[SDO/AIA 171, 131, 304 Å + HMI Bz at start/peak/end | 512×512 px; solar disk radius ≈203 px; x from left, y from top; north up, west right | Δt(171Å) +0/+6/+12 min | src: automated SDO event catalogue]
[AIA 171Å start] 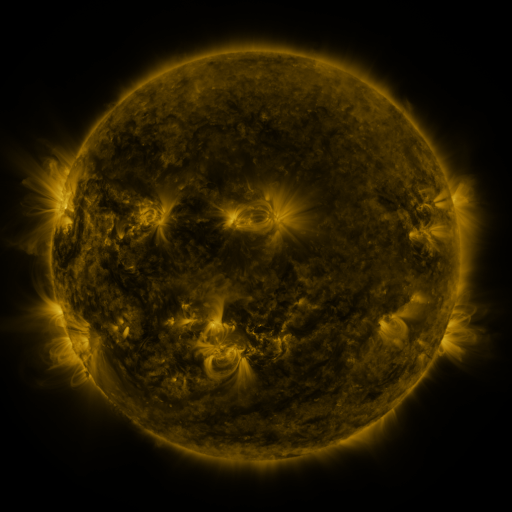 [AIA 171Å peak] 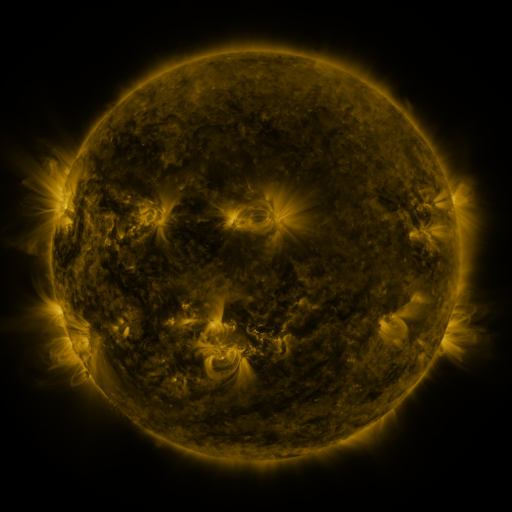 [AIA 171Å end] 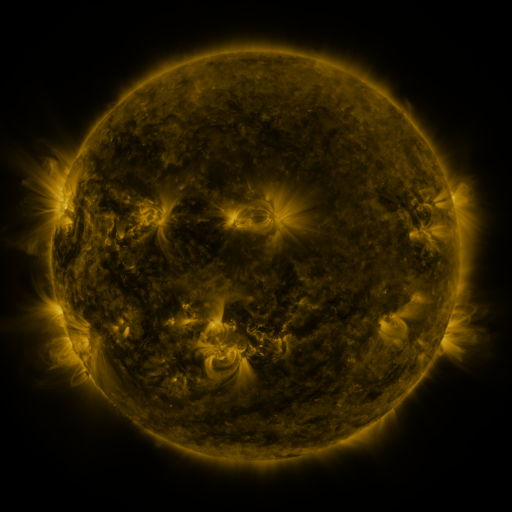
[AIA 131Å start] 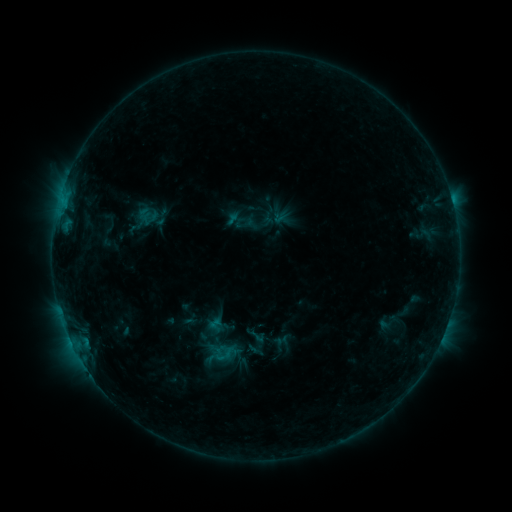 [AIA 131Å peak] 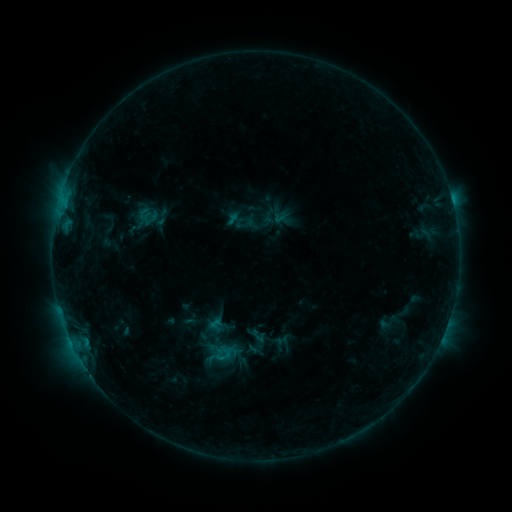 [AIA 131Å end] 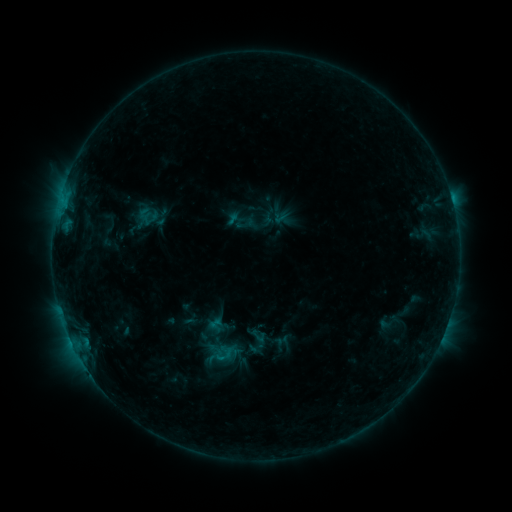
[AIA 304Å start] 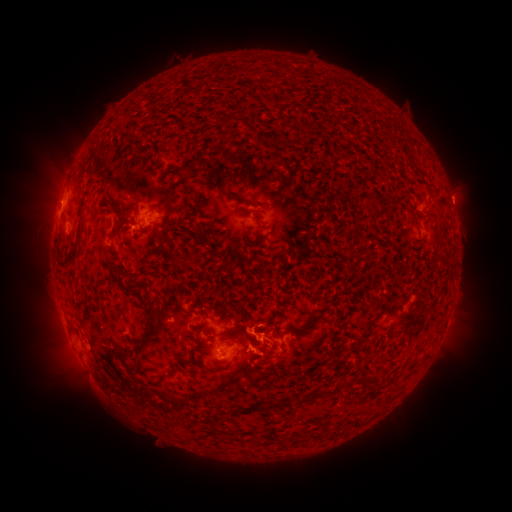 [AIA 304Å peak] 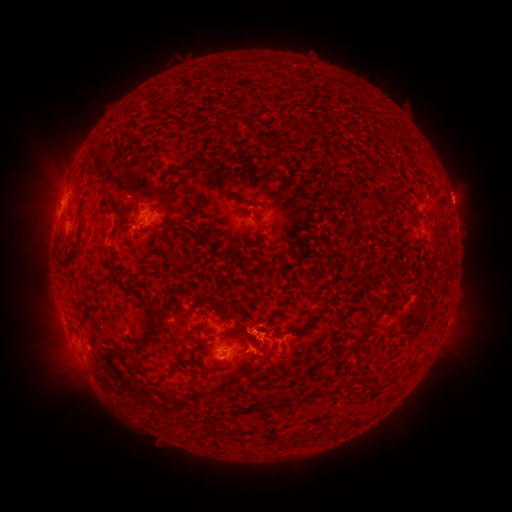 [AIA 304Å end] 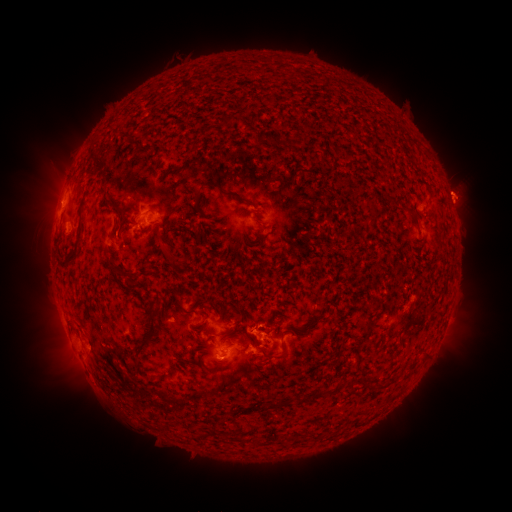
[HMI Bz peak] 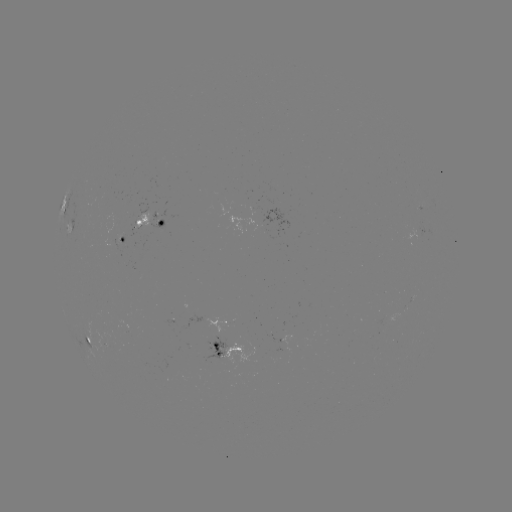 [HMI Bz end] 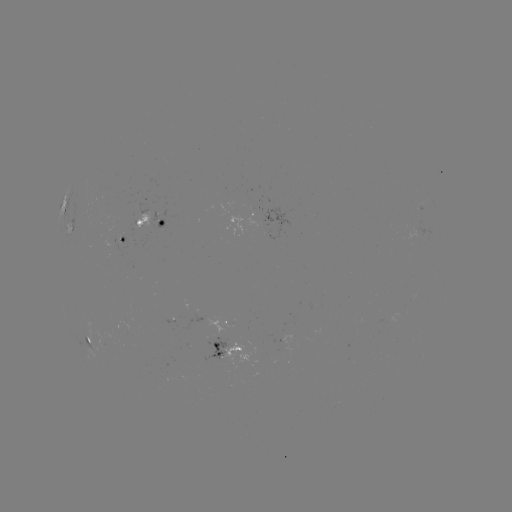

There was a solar eruption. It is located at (459, 192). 